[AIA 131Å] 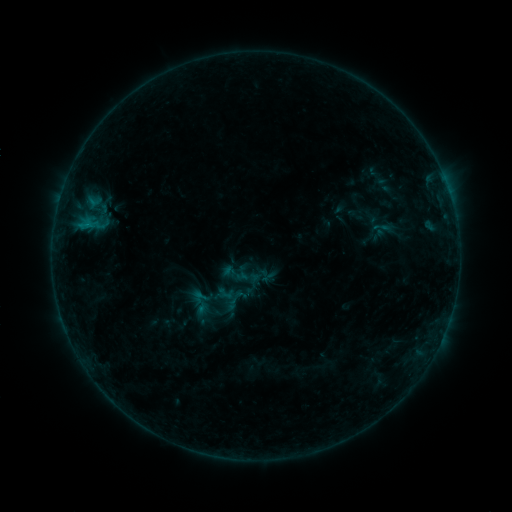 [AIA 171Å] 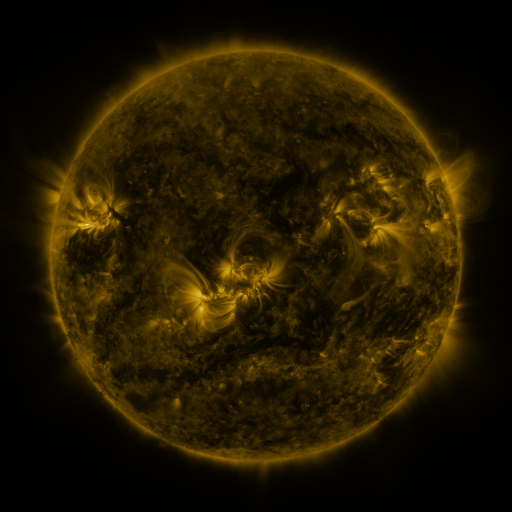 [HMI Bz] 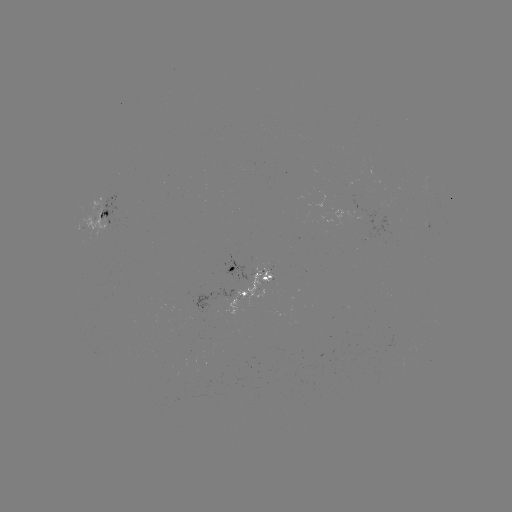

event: sigmoid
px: (201, 297)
